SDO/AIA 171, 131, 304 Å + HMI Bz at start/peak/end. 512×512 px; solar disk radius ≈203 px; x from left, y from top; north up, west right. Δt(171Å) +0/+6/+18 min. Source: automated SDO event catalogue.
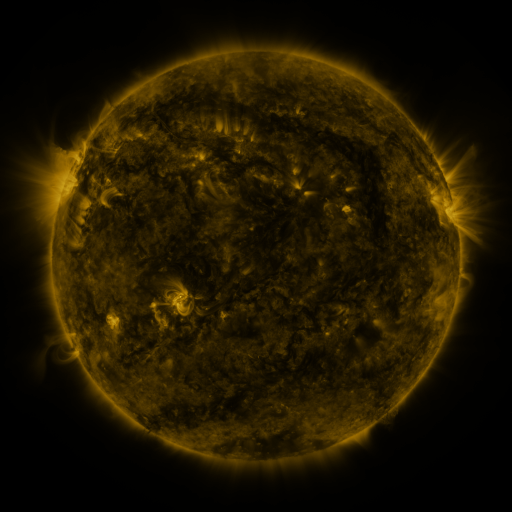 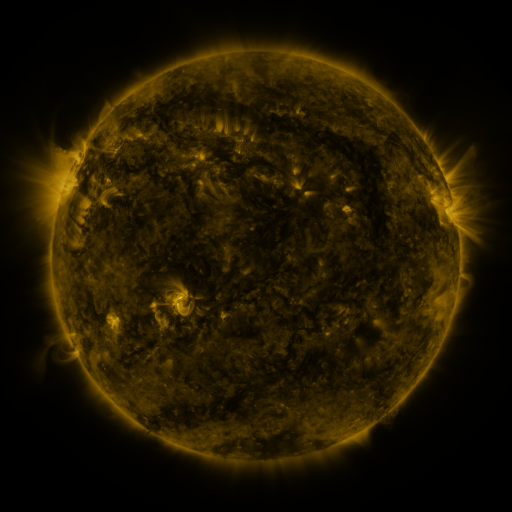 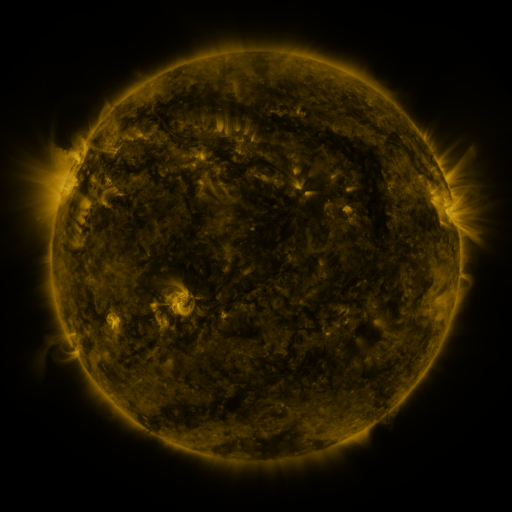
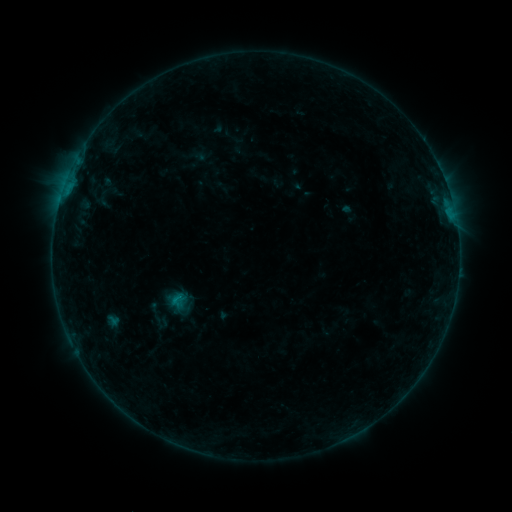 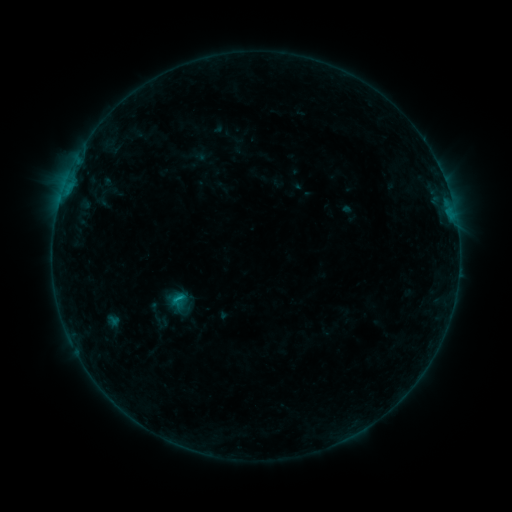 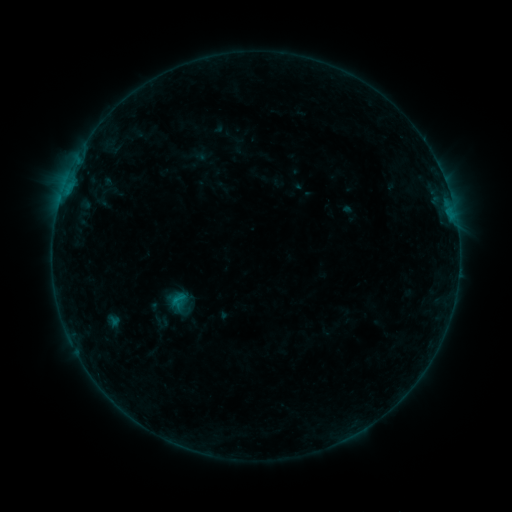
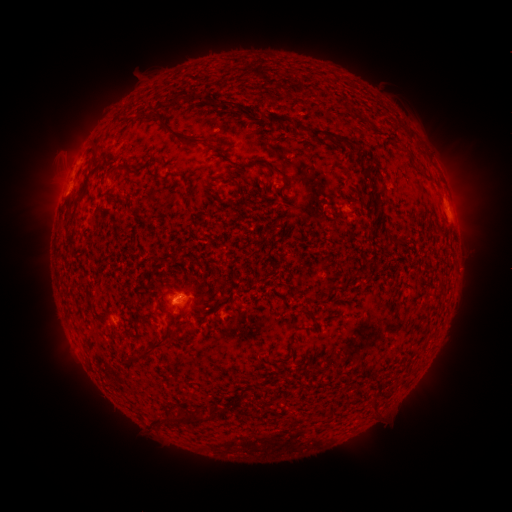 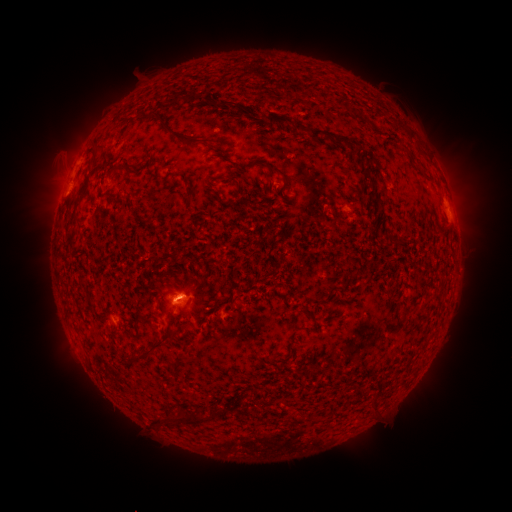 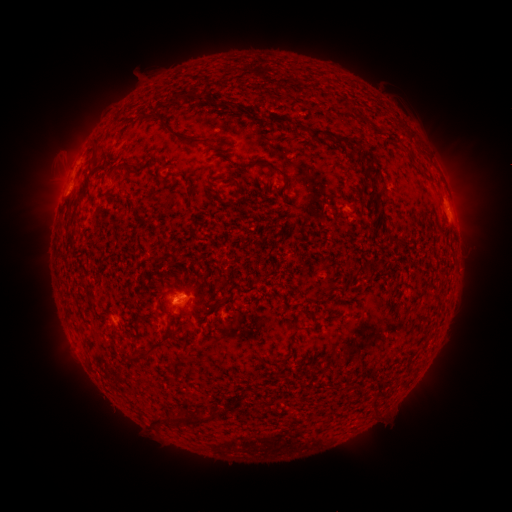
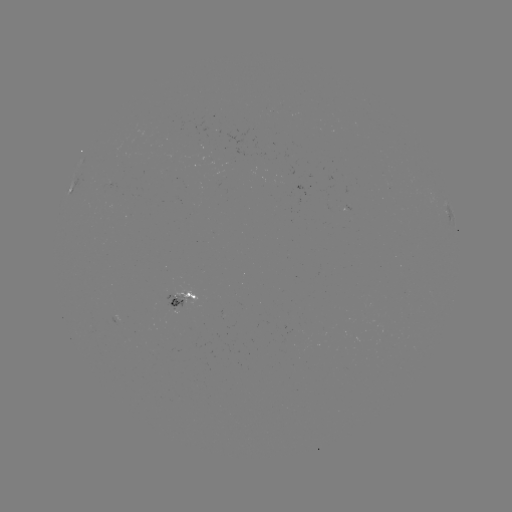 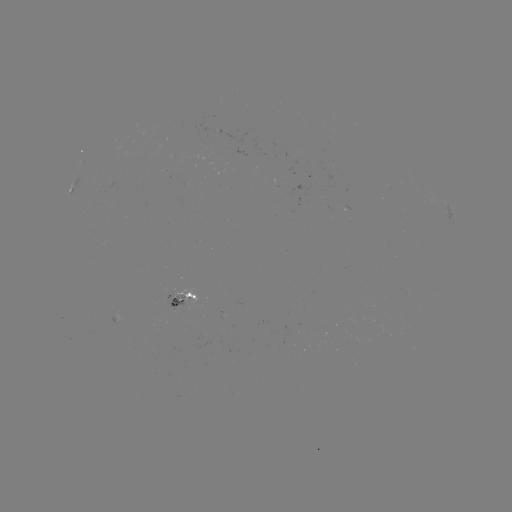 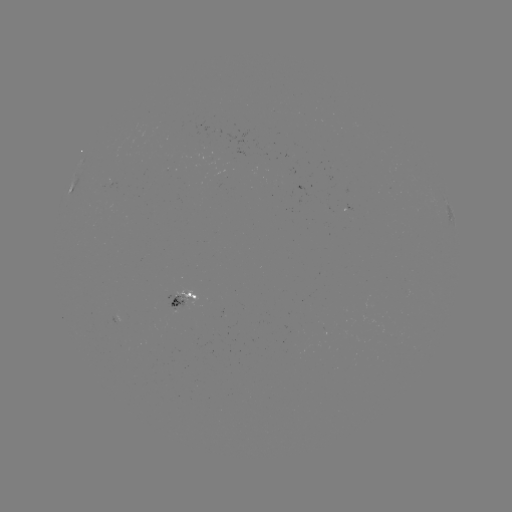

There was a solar flare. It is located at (179, 294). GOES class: B5.0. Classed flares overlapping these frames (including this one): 1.